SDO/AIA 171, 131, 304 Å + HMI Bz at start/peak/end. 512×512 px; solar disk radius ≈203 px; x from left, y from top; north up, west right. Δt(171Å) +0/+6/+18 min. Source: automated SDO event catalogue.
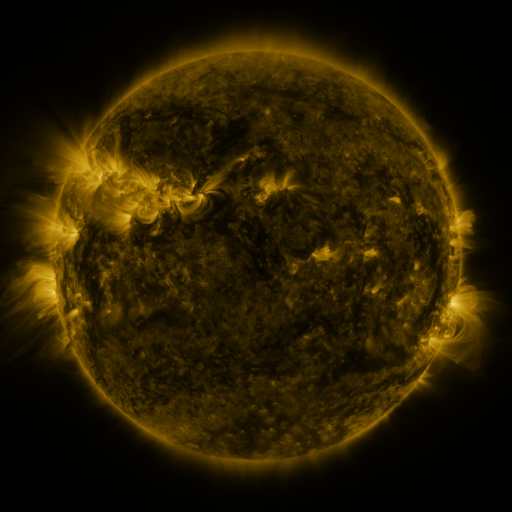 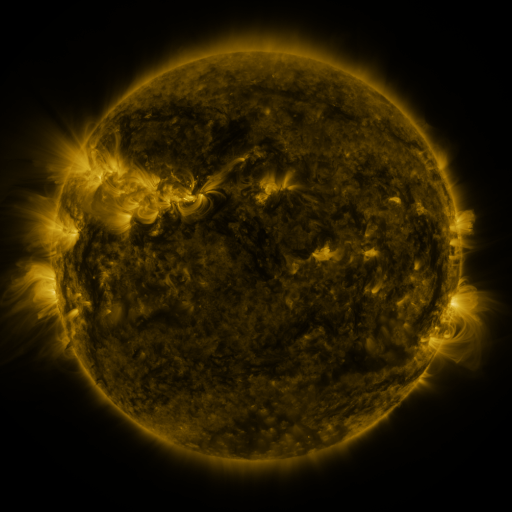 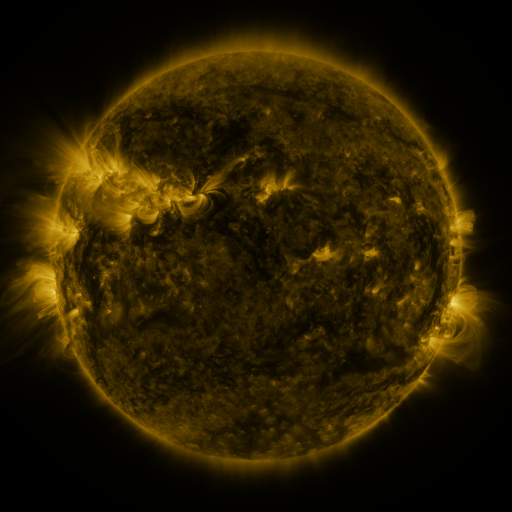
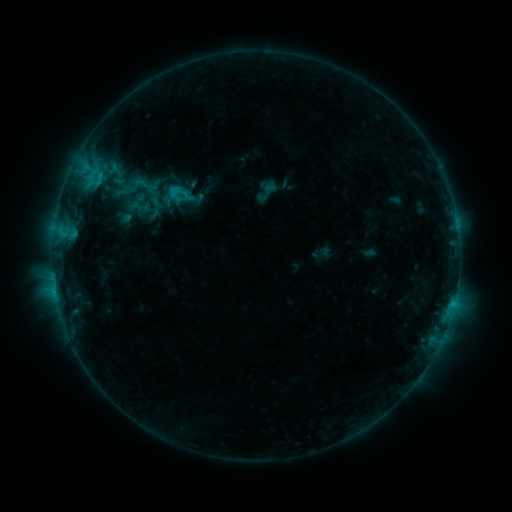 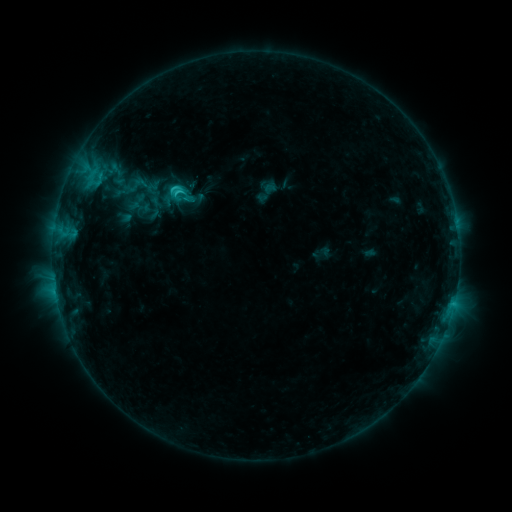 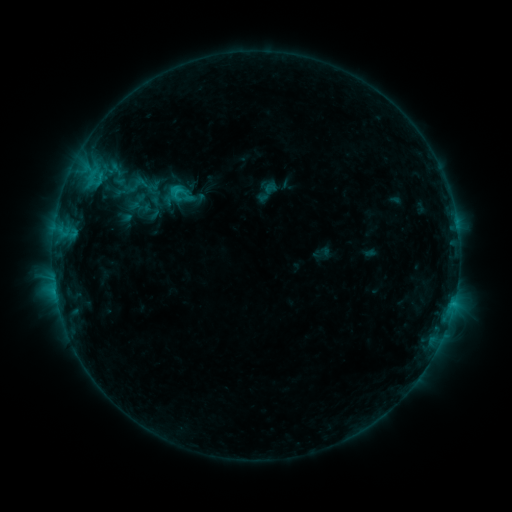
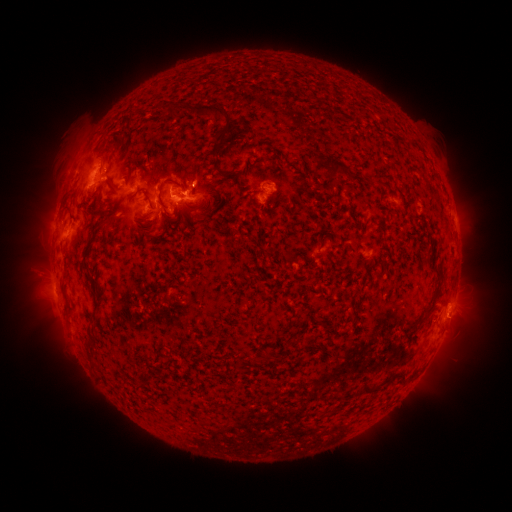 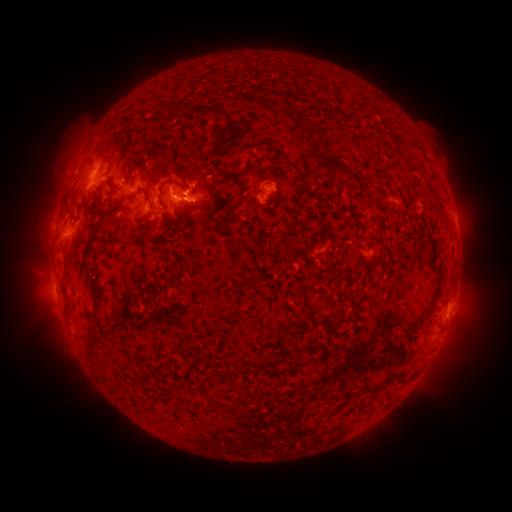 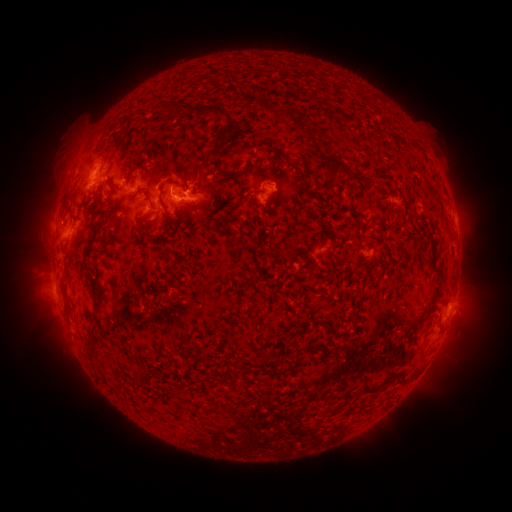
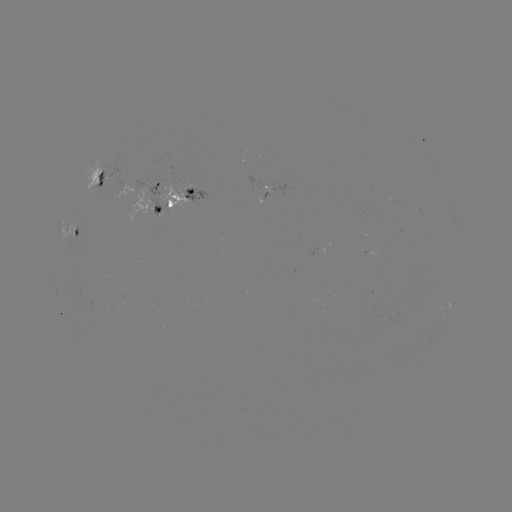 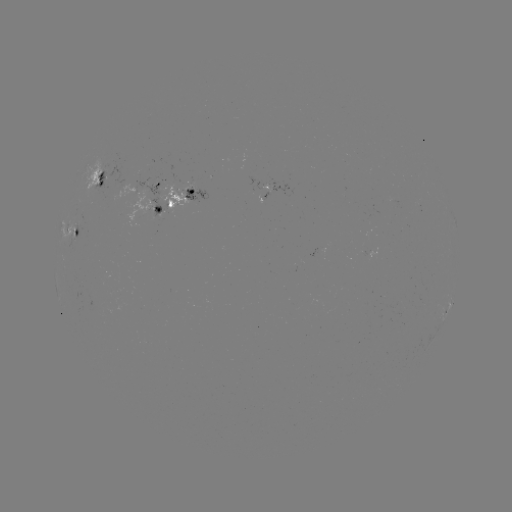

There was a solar flare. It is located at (178, 195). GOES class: C1.5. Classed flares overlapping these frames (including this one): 1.